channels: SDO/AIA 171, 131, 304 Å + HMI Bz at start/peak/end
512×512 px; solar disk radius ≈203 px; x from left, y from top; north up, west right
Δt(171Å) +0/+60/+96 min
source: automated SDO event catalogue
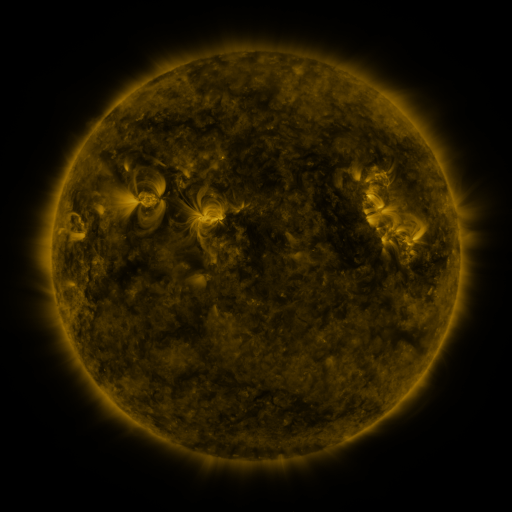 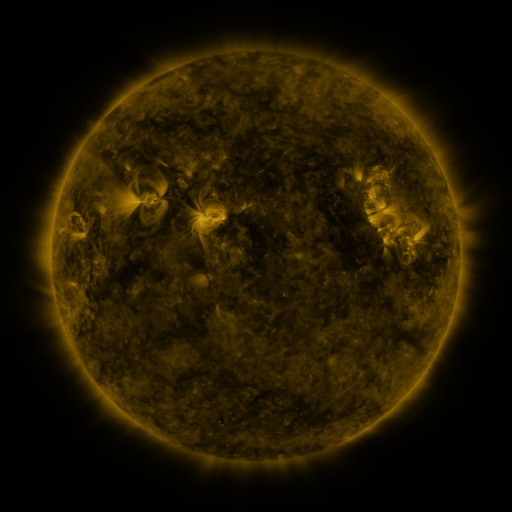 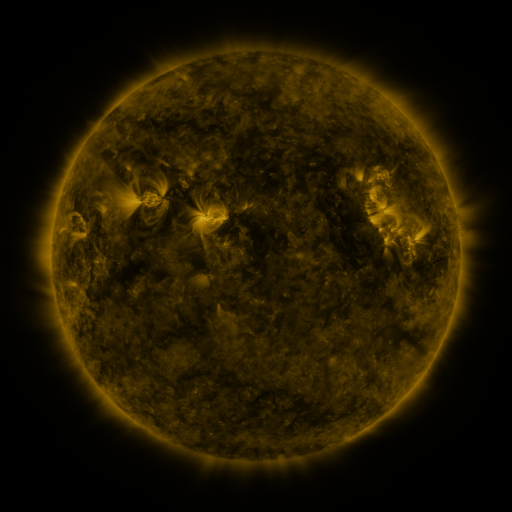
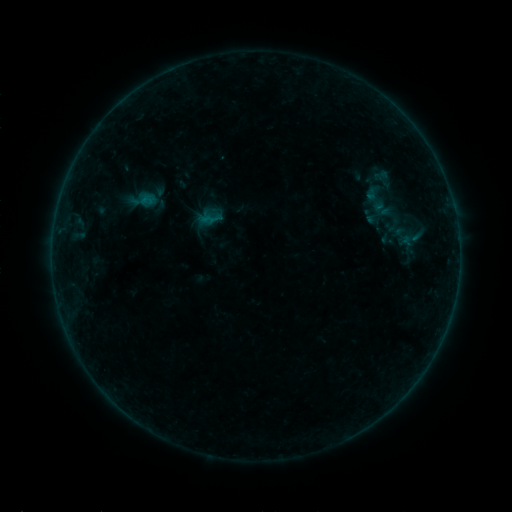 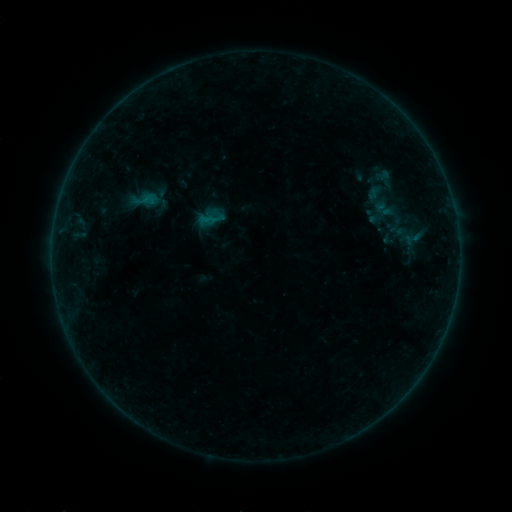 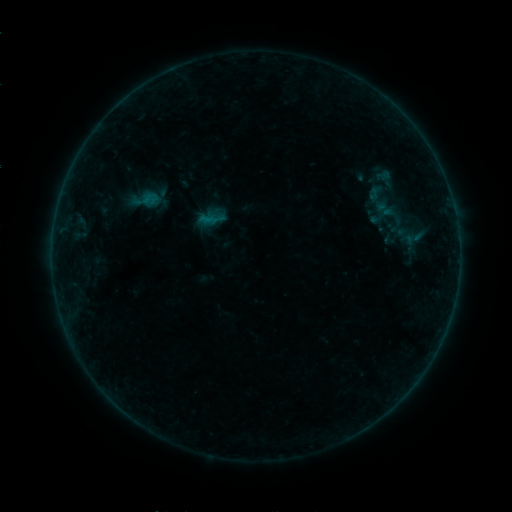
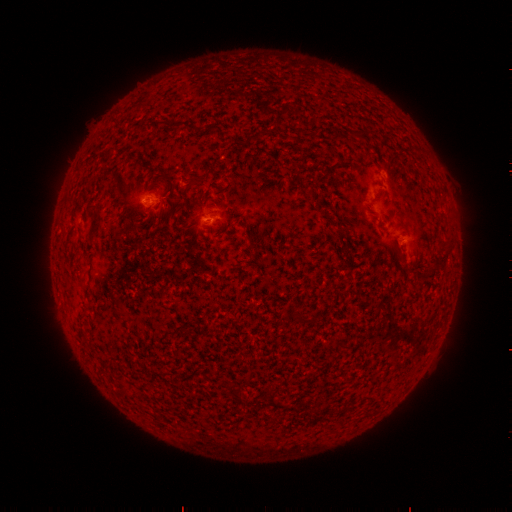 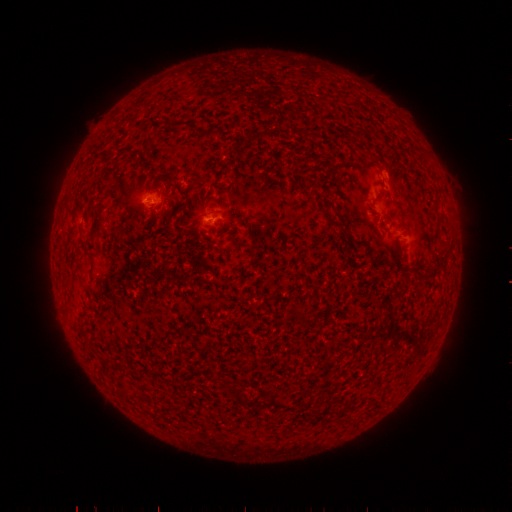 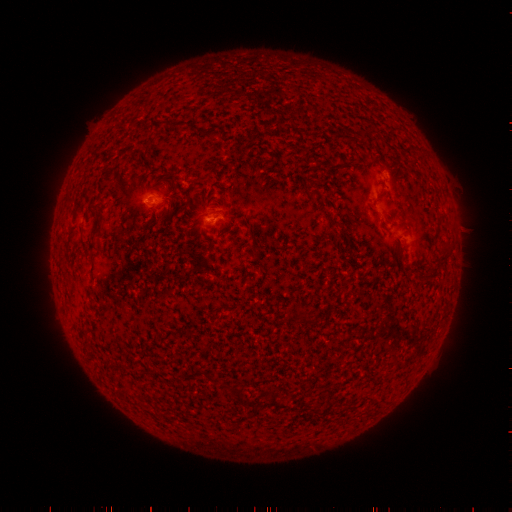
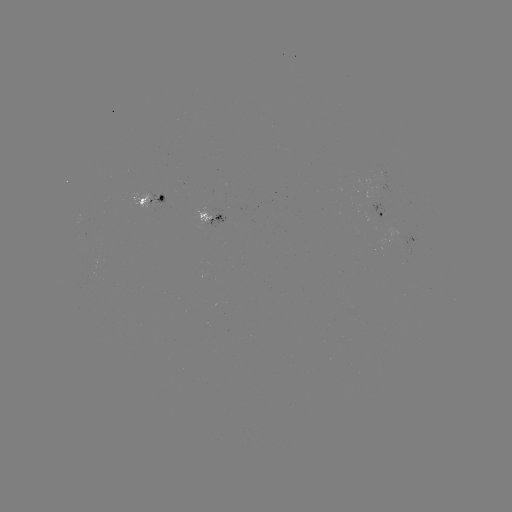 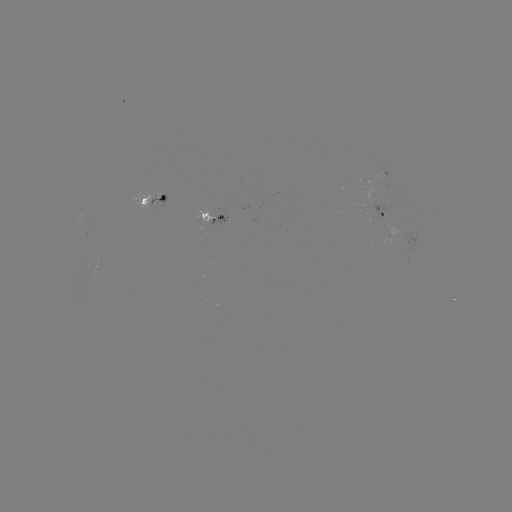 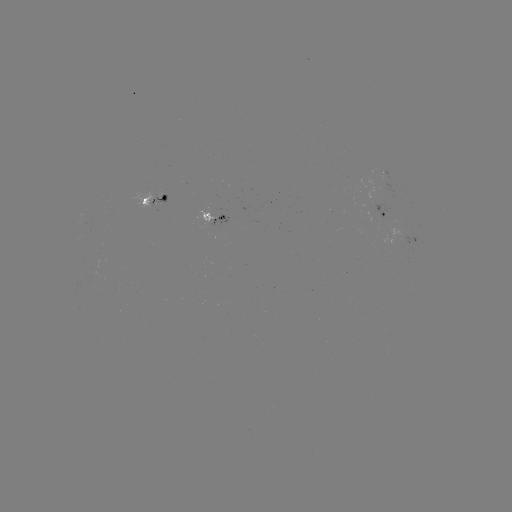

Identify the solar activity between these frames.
emerging-flux region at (160, 198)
